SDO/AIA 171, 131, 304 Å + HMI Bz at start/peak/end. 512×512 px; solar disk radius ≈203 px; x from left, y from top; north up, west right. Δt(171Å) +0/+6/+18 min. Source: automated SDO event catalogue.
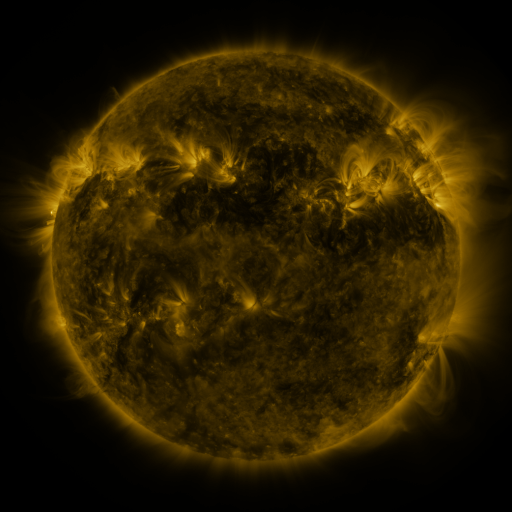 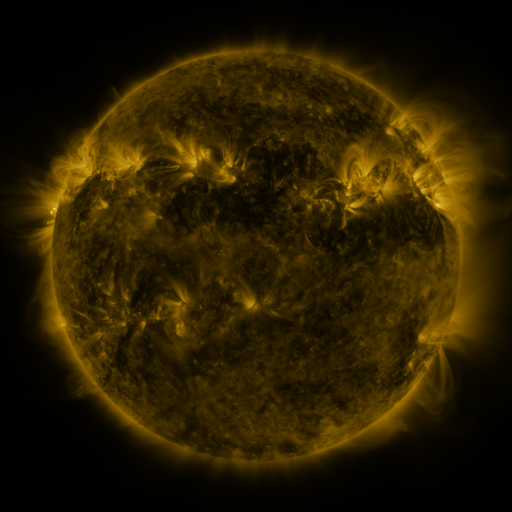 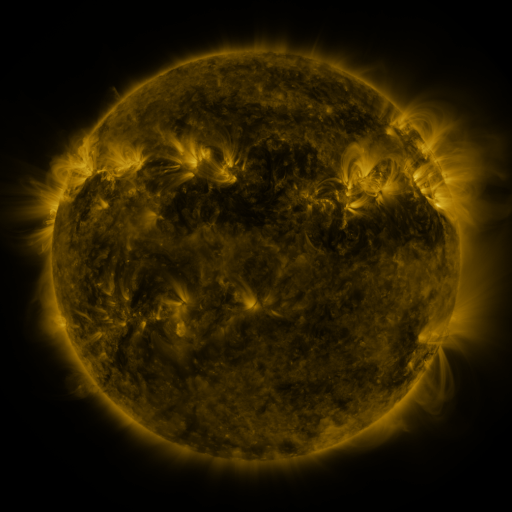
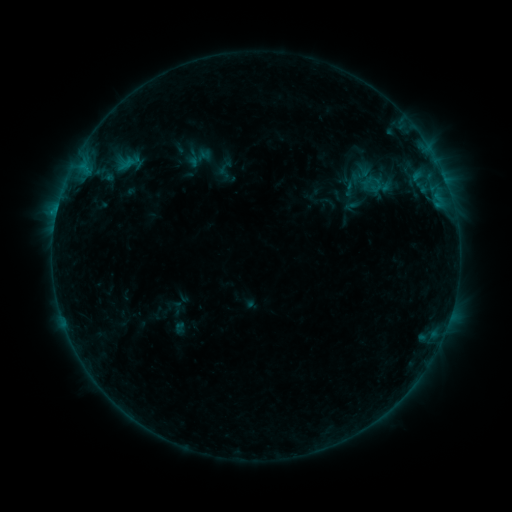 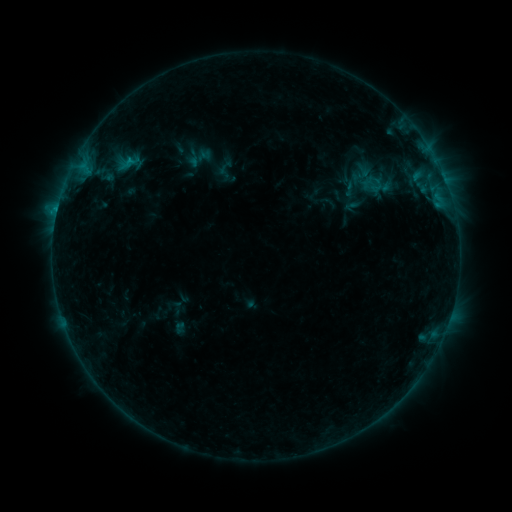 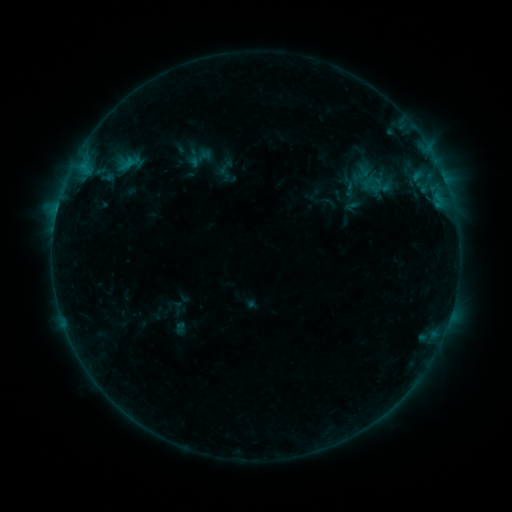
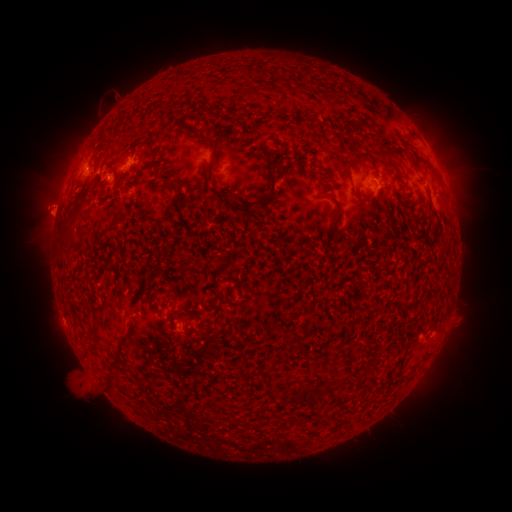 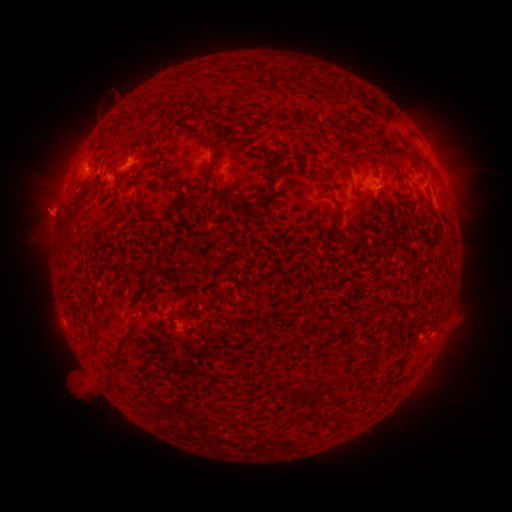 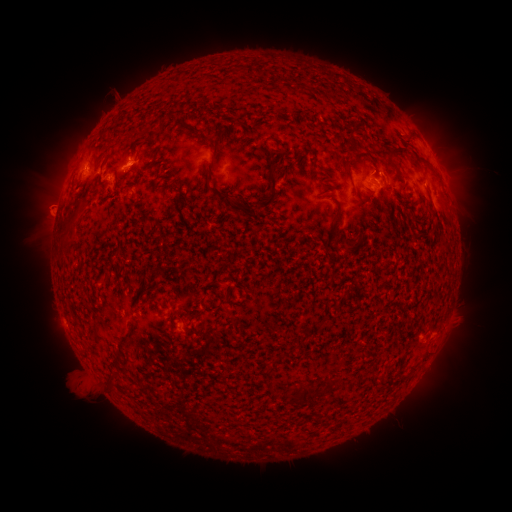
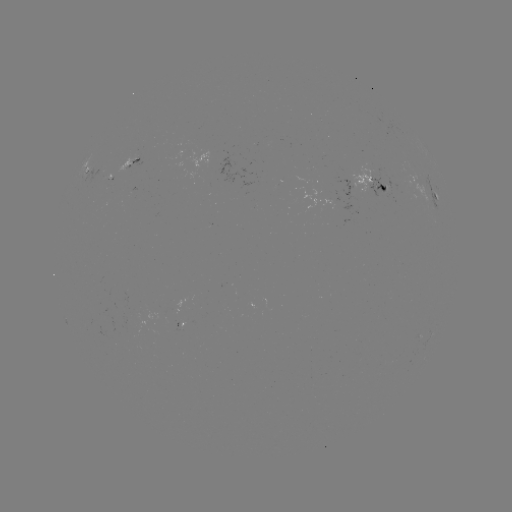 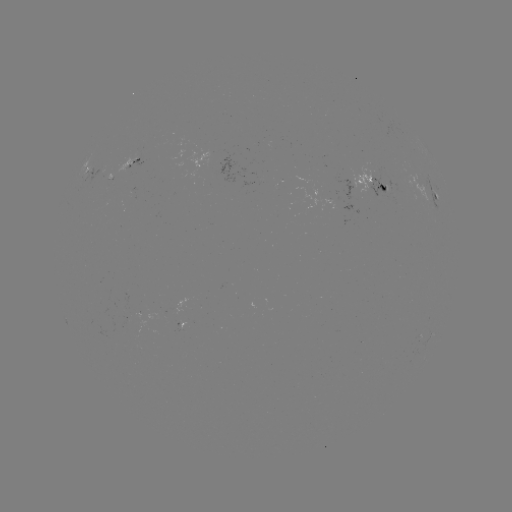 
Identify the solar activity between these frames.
B9.4 flare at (130, 161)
